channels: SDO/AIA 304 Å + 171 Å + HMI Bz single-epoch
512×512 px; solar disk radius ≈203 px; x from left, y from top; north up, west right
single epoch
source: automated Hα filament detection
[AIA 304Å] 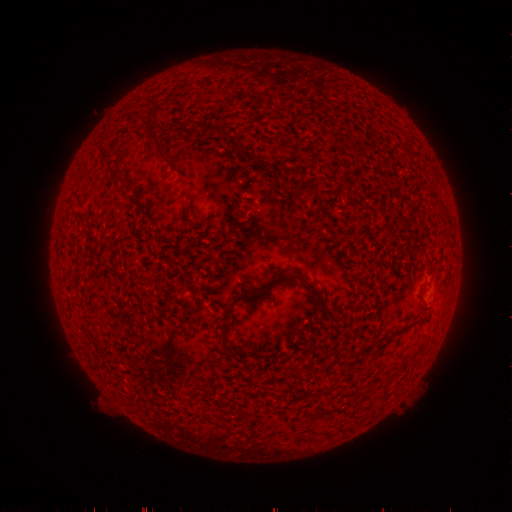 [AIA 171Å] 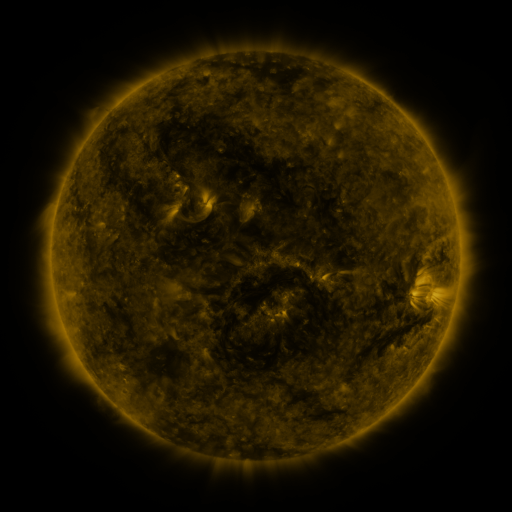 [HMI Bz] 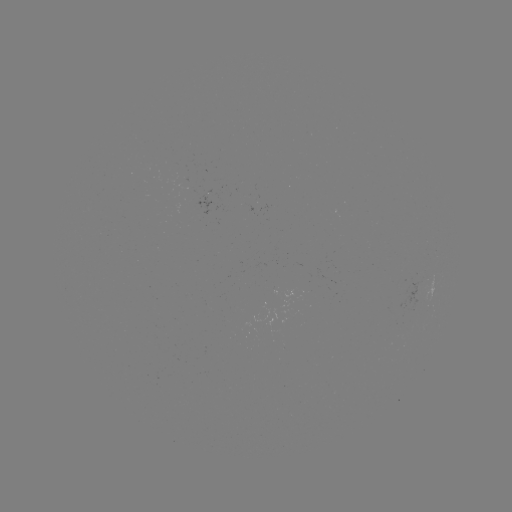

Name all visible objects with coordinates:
filament: (219, 129)
filament: (154, 143)
filament: (267, 163)
filament: (308, 187)
filament: (137, 199)
filament: (193, 205)
filament: (250, 292)
filament: (315, 293)
filament: (328, 315)
filament: (231, 348)
